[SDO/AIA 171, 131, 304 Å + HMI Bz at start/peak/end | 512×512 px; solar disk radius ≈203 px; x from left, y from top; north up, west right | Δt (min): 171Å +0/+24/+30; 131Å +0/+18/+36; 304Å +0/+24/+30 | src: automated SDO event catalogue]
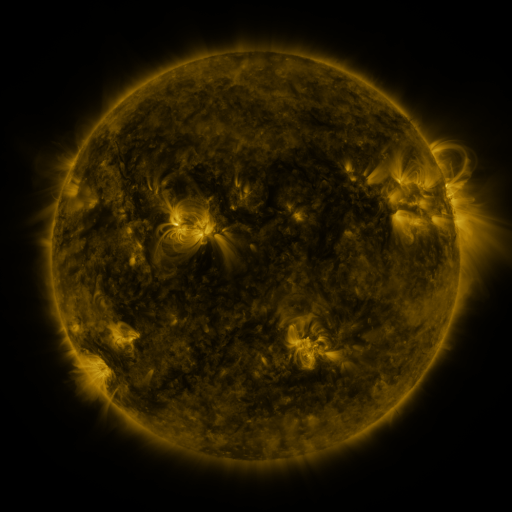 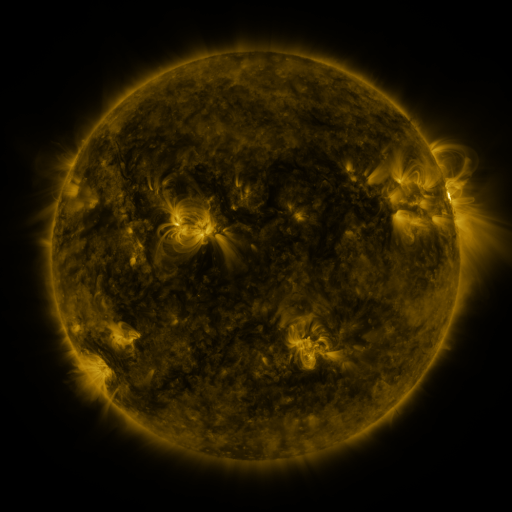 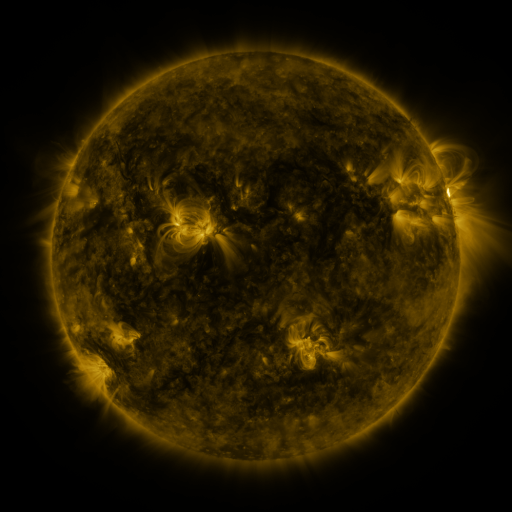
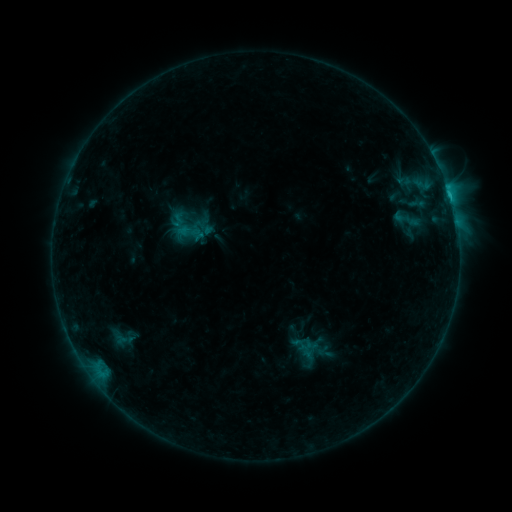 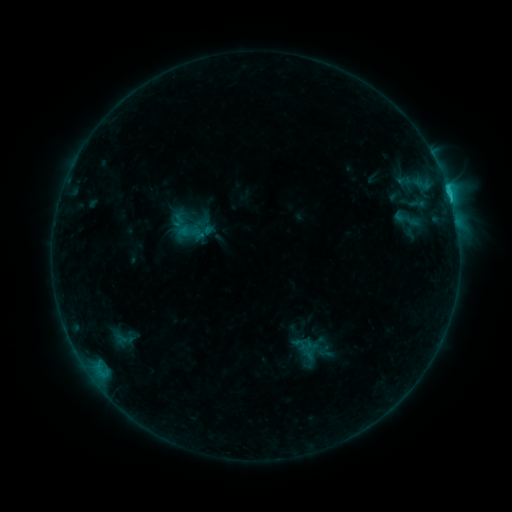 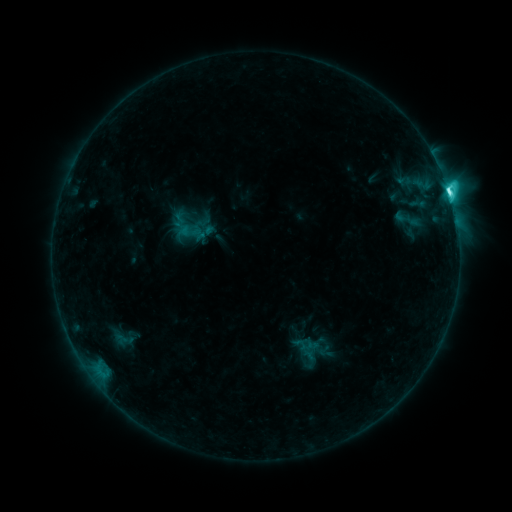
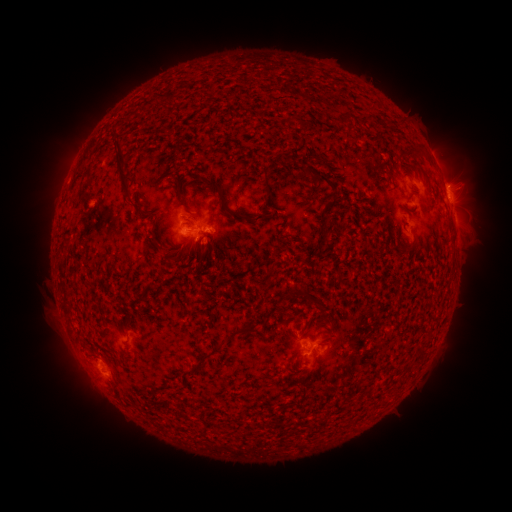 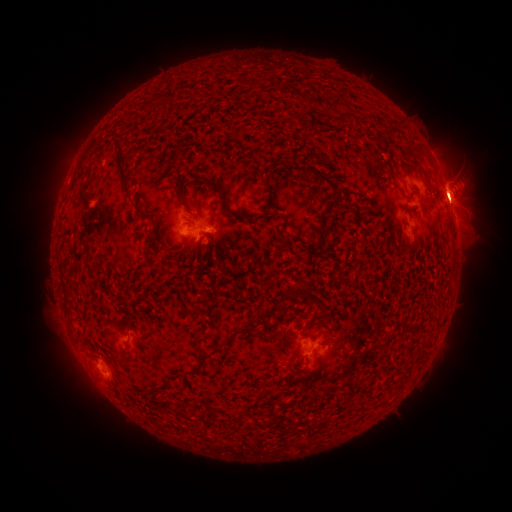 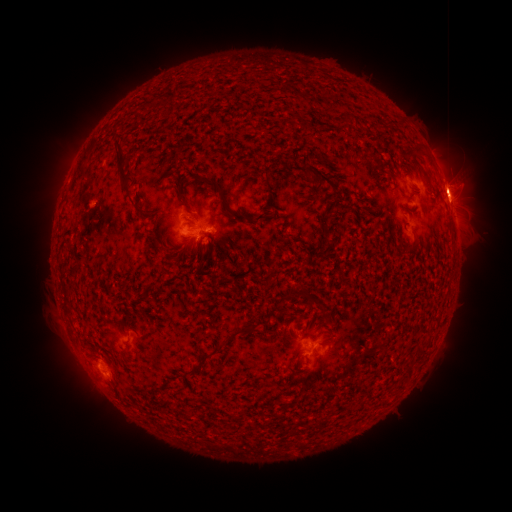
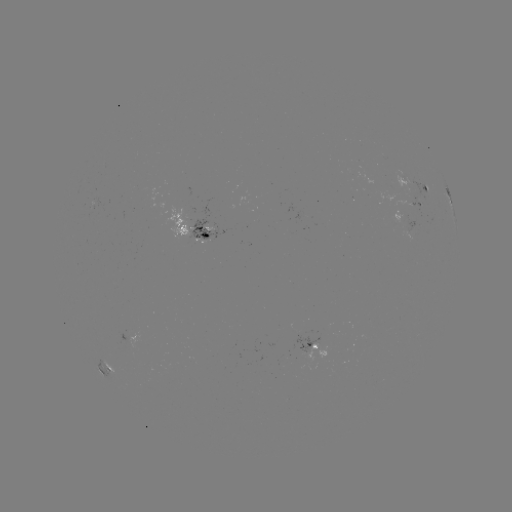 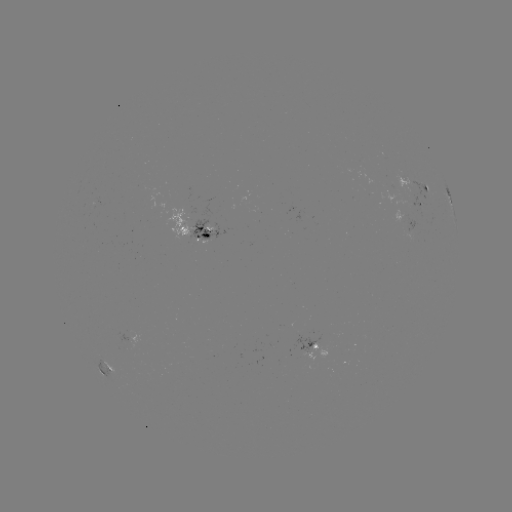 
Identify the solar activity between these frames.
M3.2 flare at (448, 196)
